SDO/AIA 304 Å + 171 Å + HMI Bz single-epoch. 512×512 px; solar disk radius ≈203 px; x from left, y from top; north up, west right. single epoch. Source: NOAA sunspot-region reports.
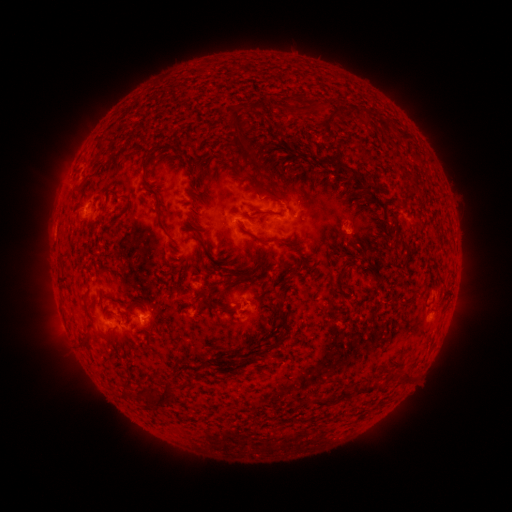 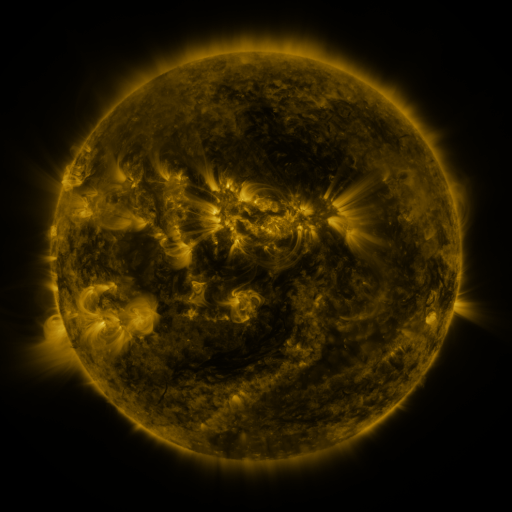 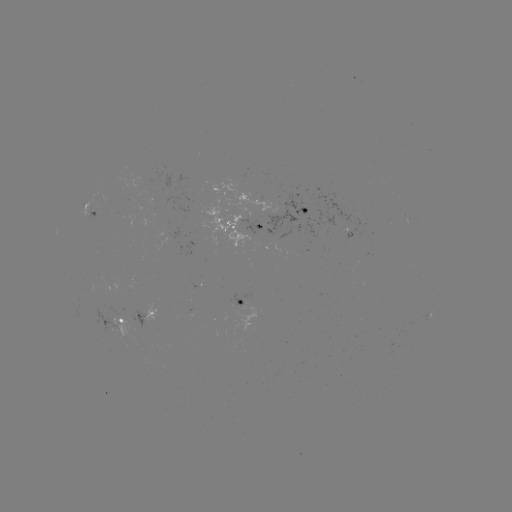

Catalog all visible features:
spotted active region: (91, 205)
spotted active region: (303, 210)
spotted active region: (249, 224)
spotted active region: (353, 237)
spotted active region: (437, 296)
spotted active region: (241, 302)
spotted active region: (148, 314)
spotted active region: (119, 320)
